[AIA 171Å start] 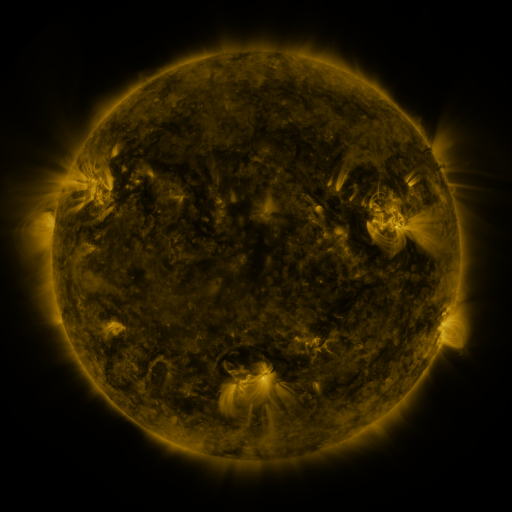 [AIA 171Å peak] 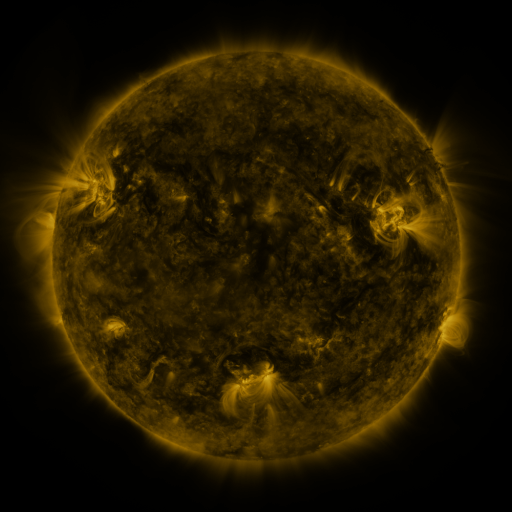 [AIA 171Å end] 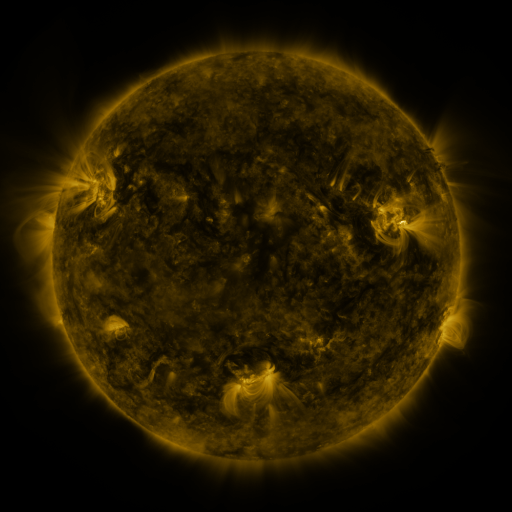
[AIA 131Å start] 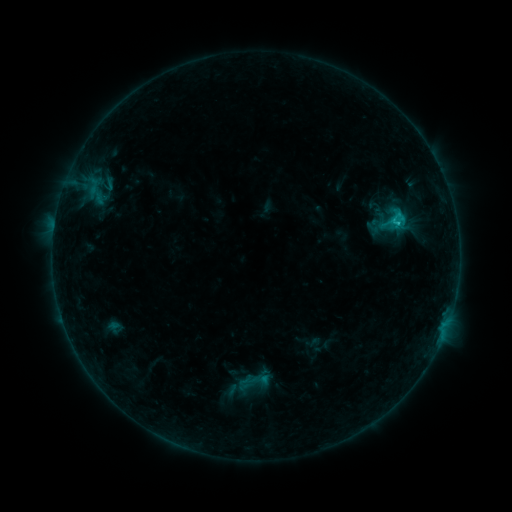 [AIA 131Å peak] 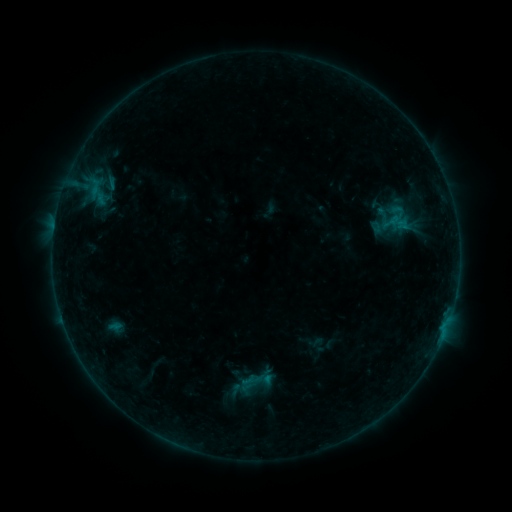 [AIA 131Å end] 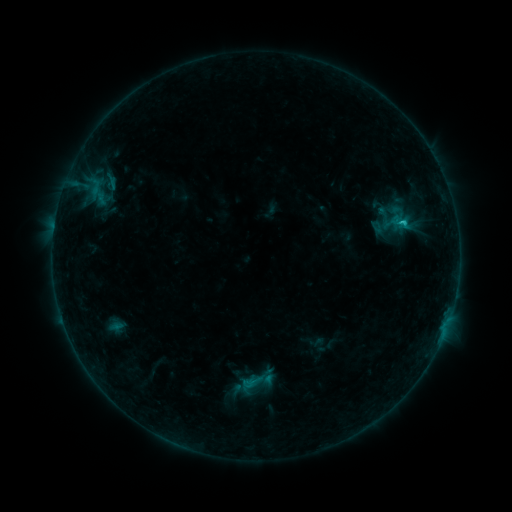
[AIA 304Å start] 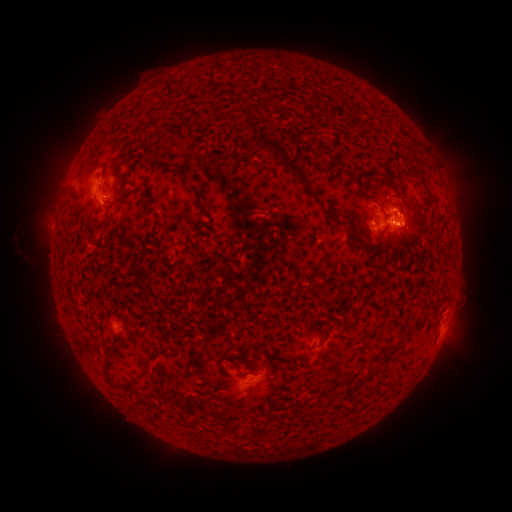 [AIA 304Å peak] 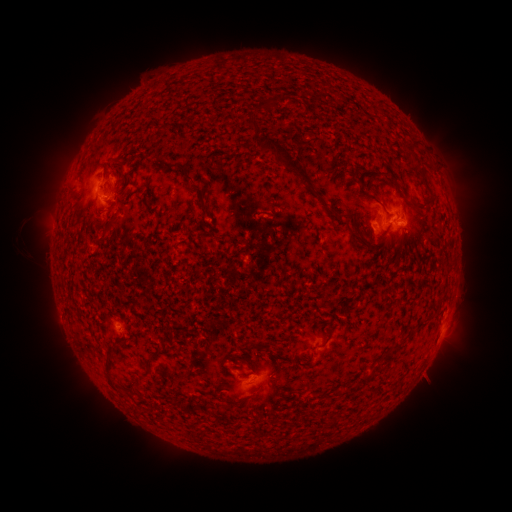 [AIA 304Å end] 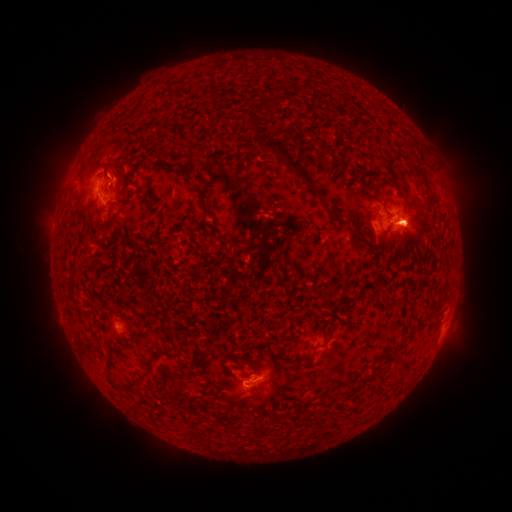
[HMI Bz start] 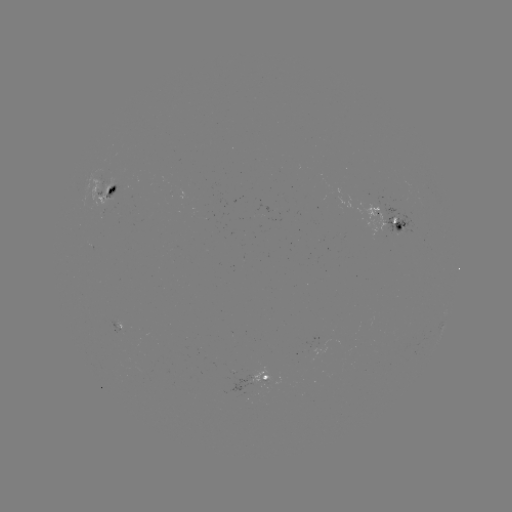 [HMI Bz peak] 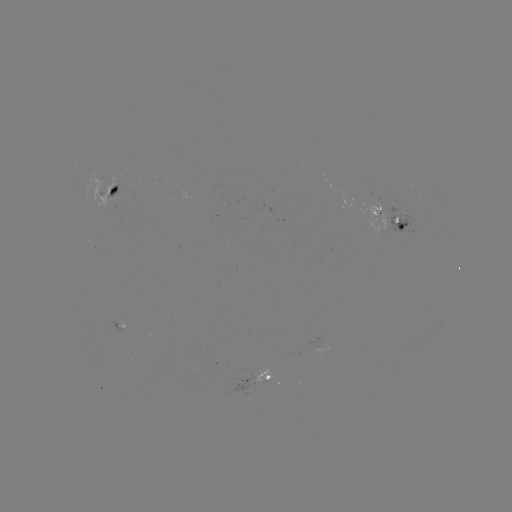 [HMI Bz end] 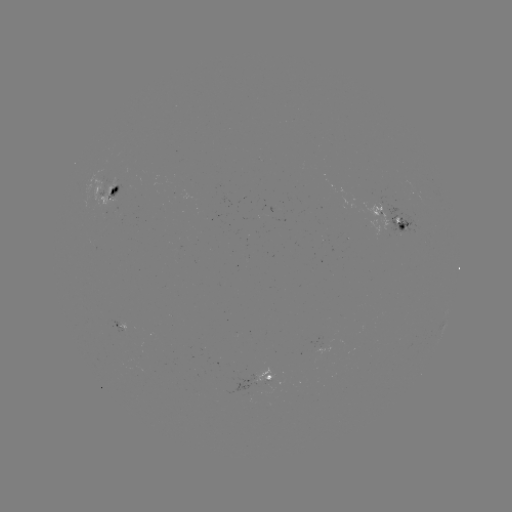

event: emerging-flux region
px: (103, 185)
